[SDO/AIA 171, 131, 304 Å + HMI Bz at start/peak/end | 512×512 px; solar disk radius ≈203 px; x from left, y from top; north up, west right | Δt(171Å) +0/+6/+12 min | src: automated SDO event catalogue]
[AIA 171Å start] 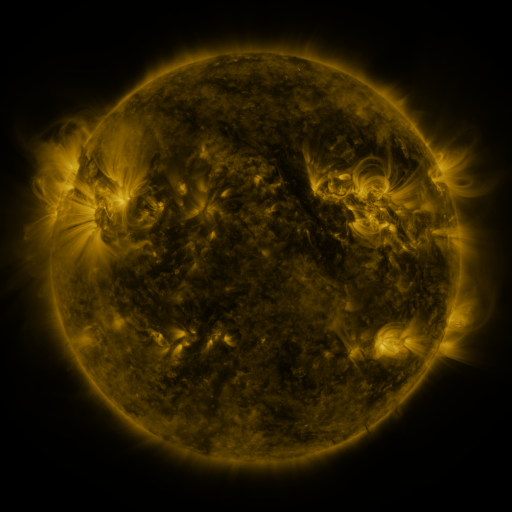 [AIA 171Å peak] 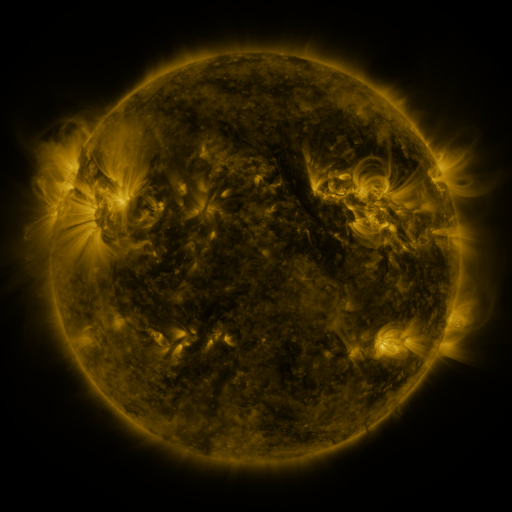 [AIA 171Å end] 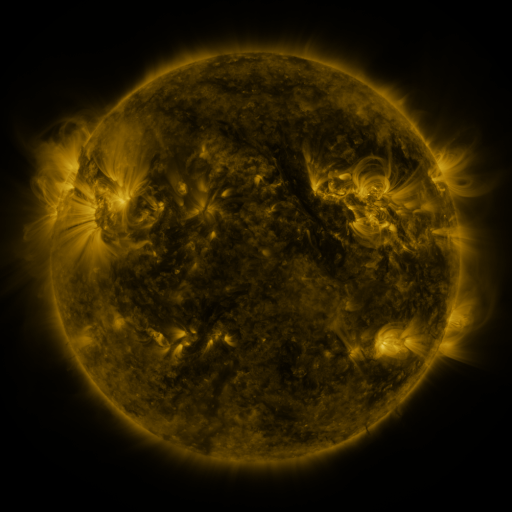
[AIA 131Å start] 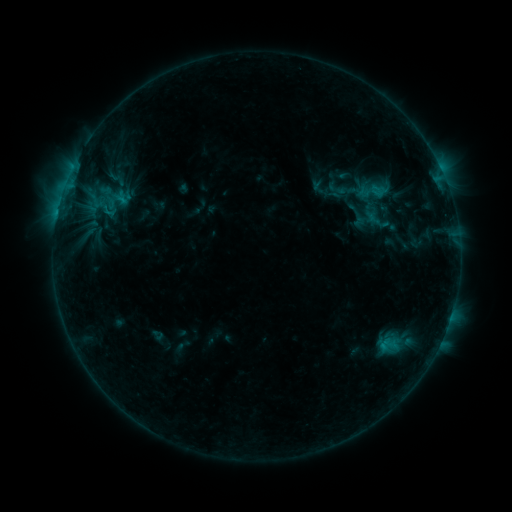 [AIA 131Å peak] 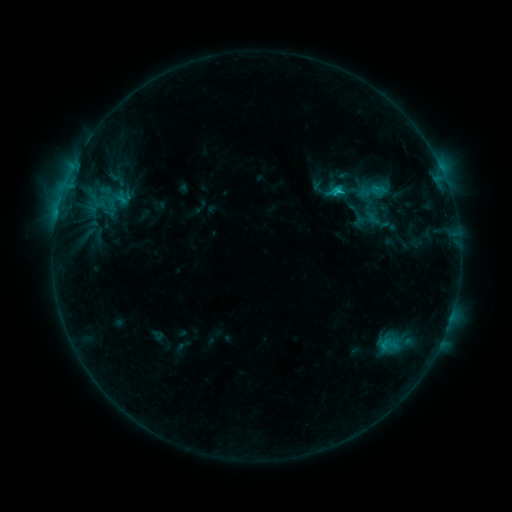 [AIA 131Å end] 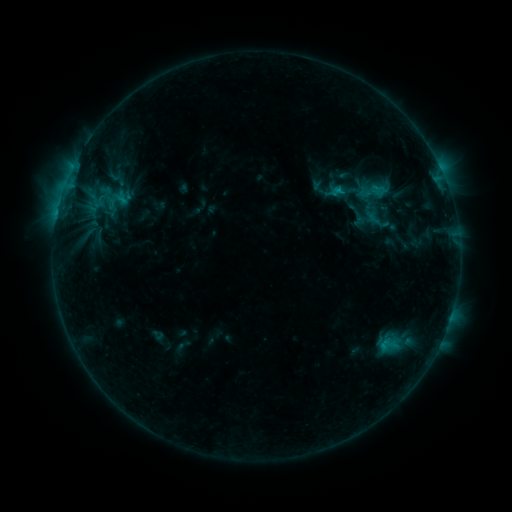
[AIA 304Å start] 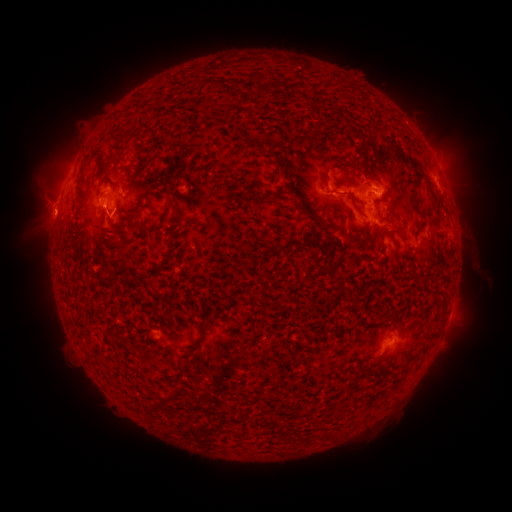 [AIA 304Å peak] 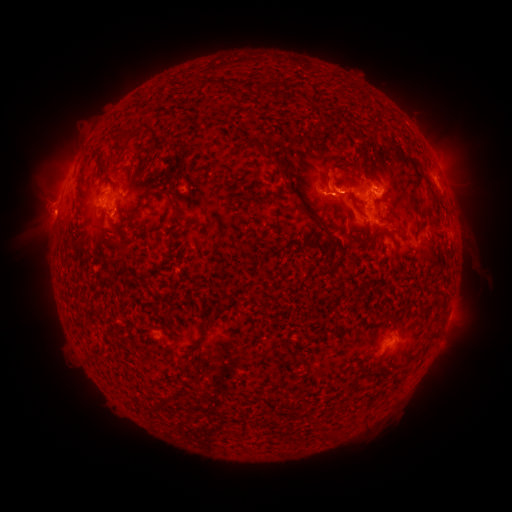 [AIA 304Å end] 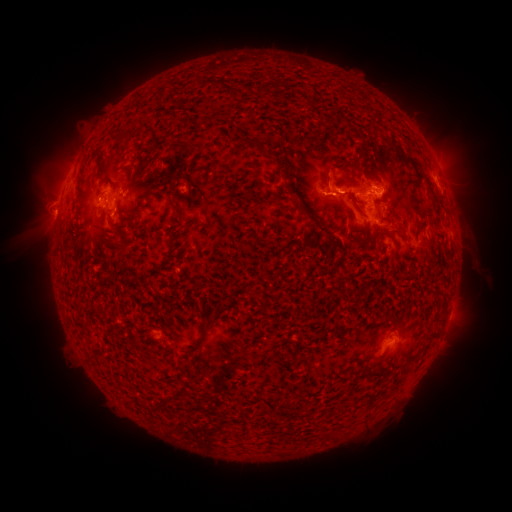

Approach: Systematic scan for C1.9 flare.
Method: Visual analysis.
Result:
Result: C1.9 flare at (340, 194).